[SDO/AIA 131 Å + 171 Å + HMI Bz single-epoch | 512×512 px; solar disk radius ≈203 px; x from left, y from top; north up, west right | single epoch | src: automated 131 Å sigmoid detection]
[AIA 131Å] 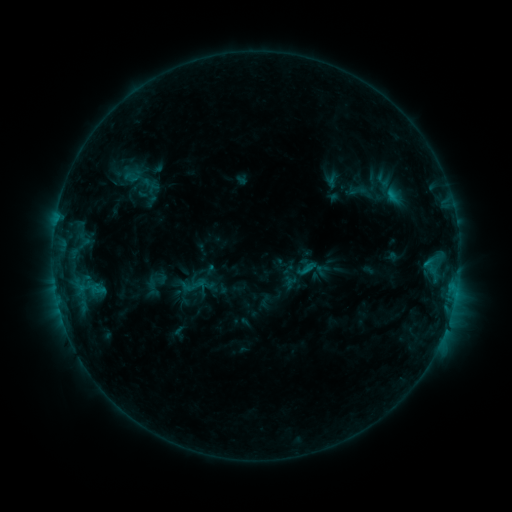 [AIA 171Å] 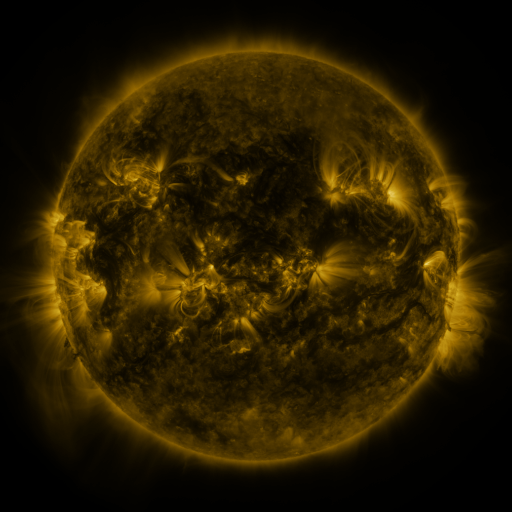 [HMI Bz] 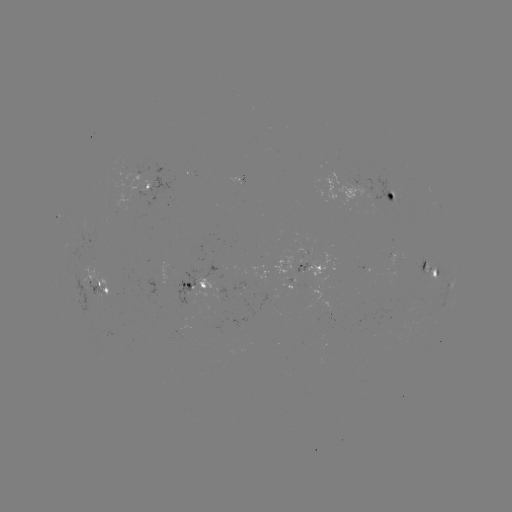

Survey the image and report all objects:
sigmoid: (131, 177)
sigmoid: (358, 191)
sigmoid: (193, 286)
